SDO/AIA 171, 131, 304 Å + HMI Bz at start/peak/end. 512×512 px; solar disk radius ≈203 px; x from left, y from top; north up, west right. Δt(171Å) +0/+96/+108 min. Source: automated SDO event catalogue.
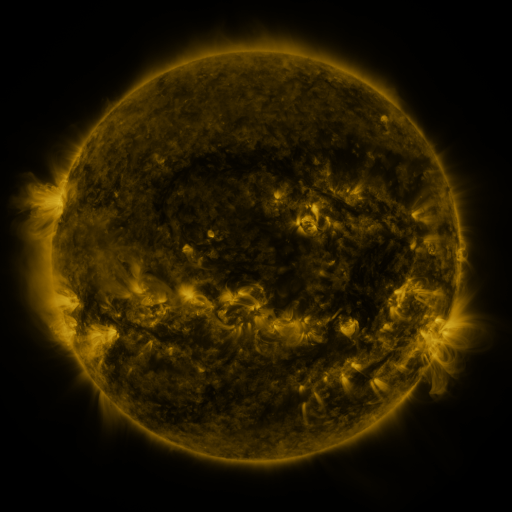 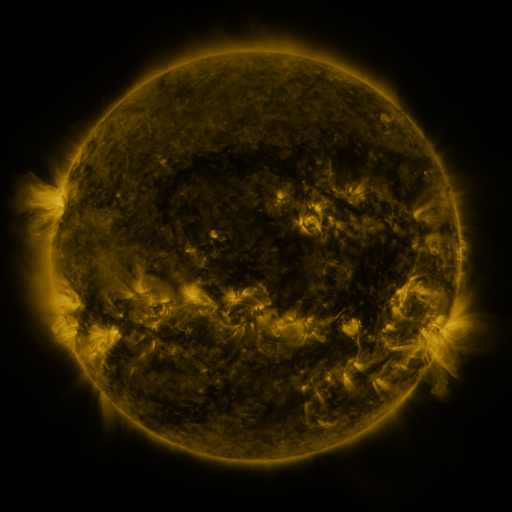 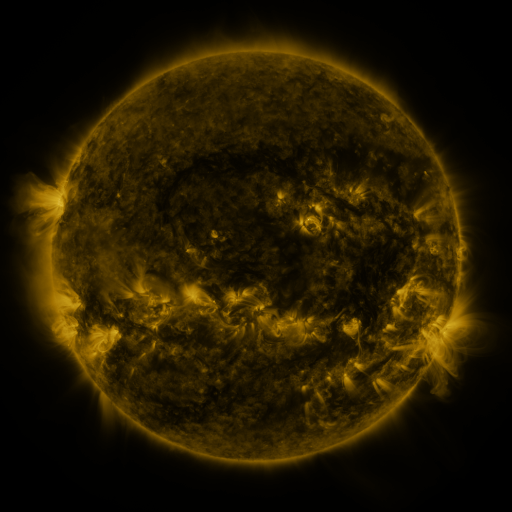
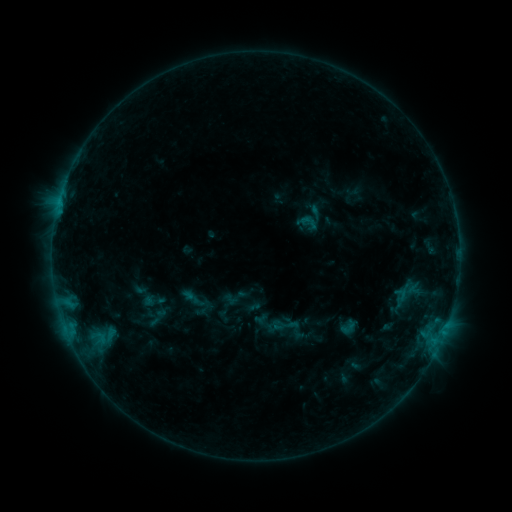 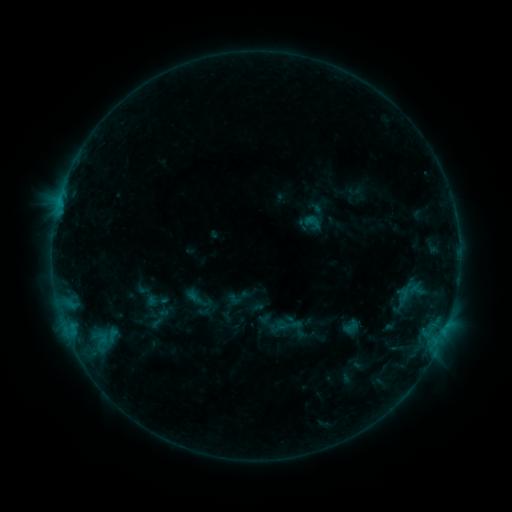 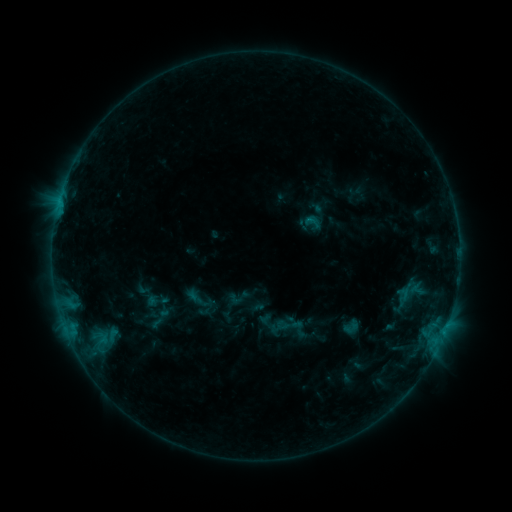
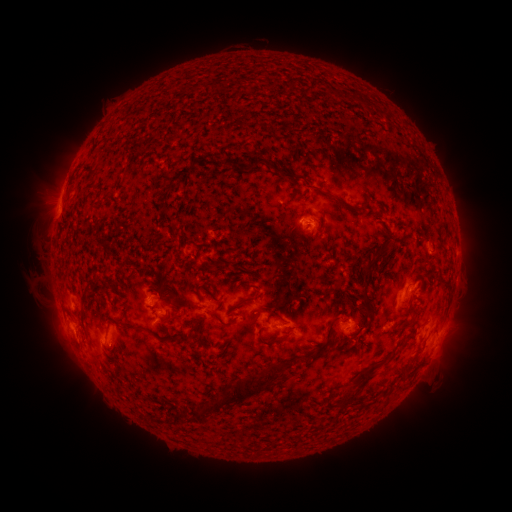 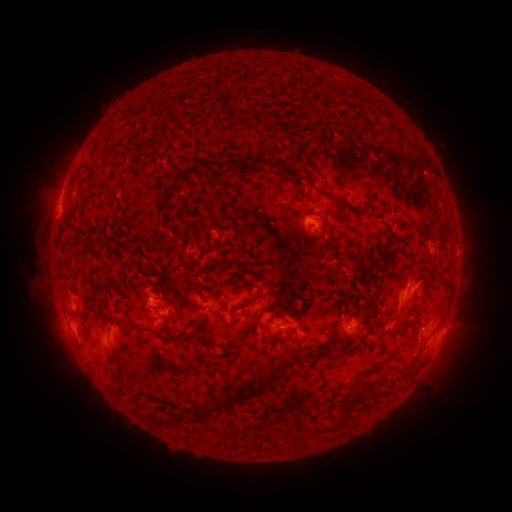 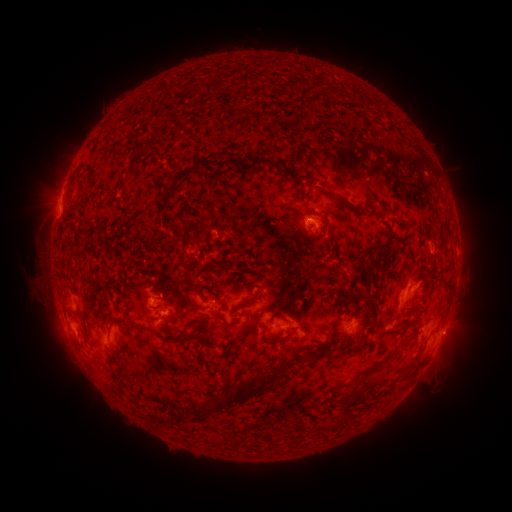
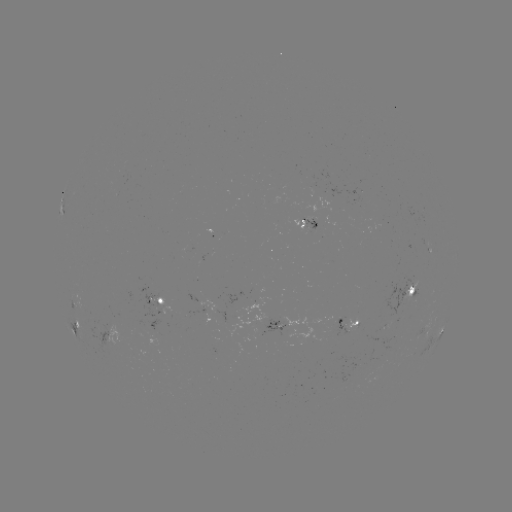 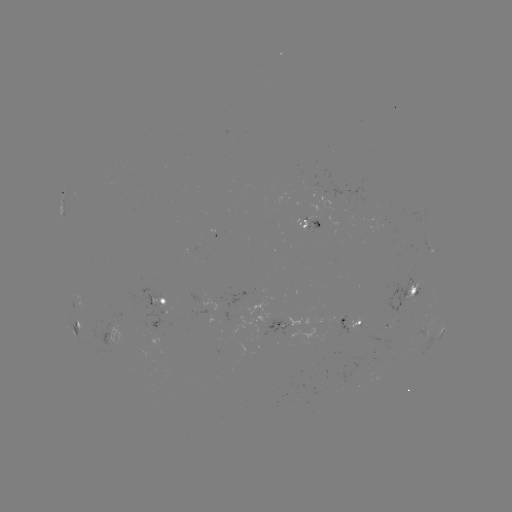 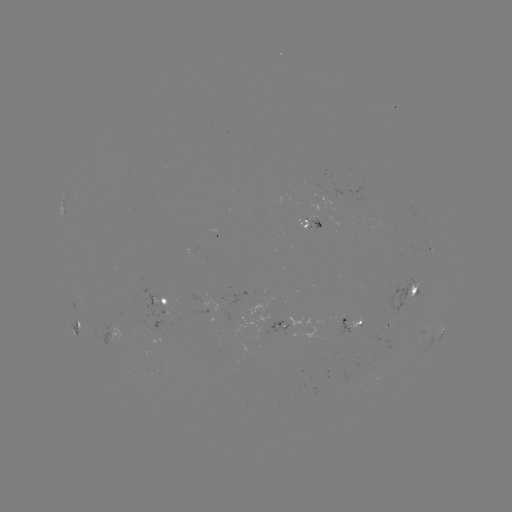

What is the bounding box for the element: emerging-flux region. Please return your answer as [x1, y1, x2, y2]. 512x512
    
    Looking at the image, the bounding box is [338, 316, 356, 336].